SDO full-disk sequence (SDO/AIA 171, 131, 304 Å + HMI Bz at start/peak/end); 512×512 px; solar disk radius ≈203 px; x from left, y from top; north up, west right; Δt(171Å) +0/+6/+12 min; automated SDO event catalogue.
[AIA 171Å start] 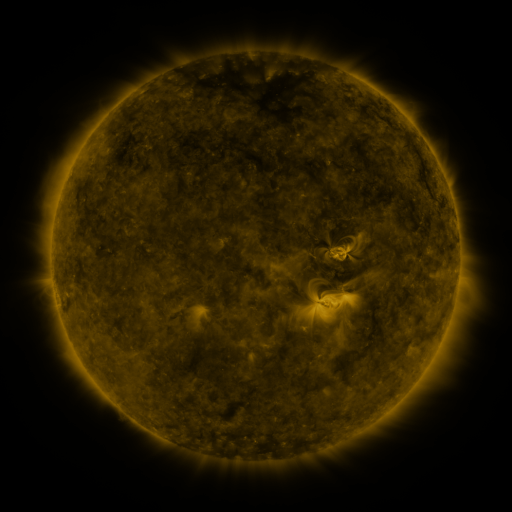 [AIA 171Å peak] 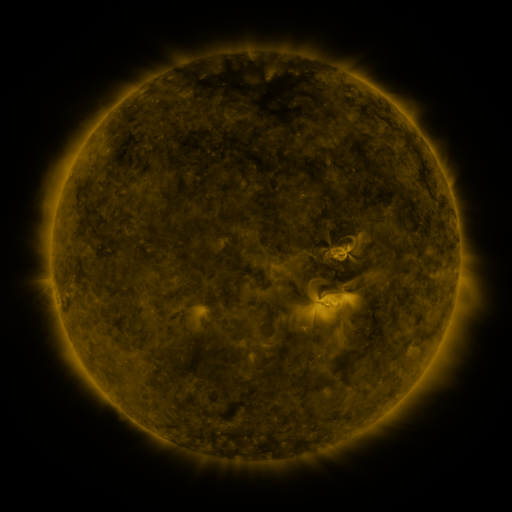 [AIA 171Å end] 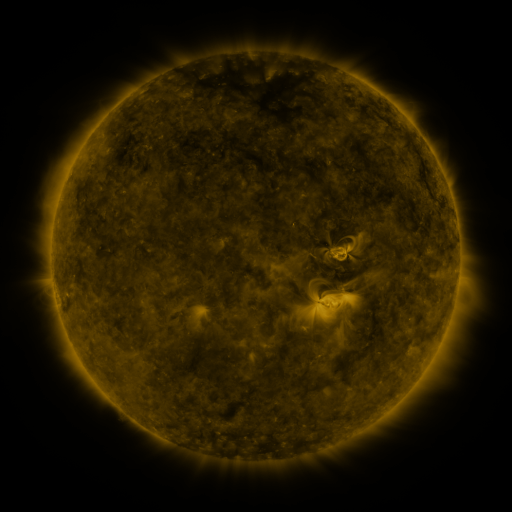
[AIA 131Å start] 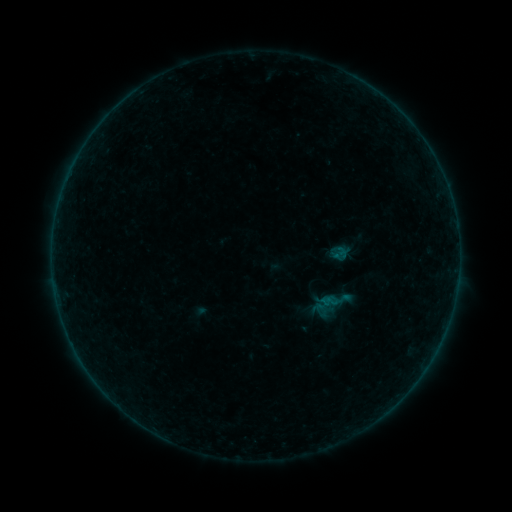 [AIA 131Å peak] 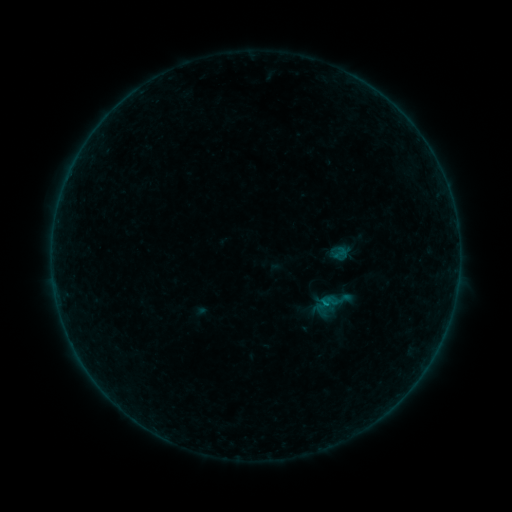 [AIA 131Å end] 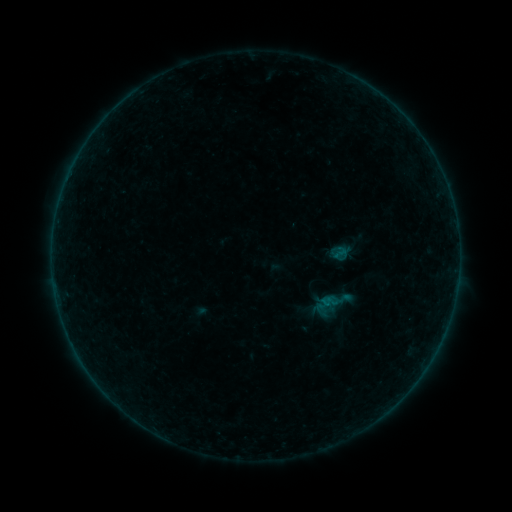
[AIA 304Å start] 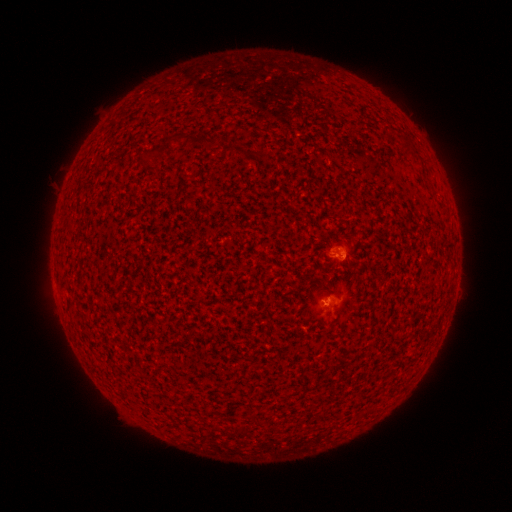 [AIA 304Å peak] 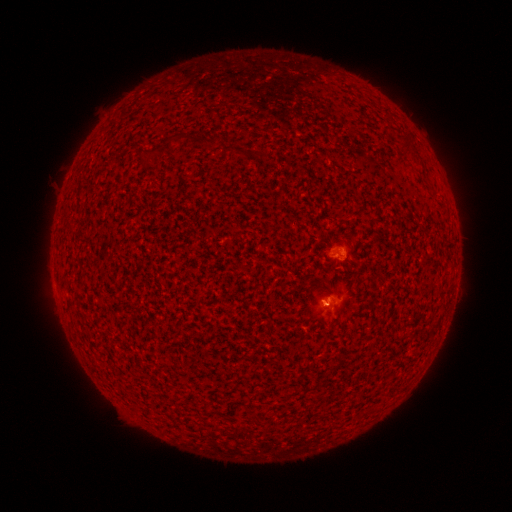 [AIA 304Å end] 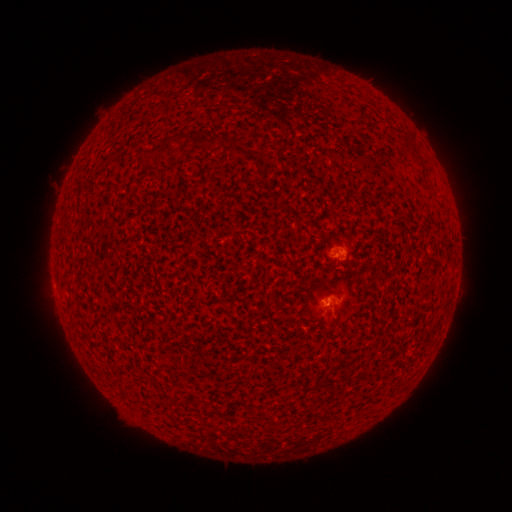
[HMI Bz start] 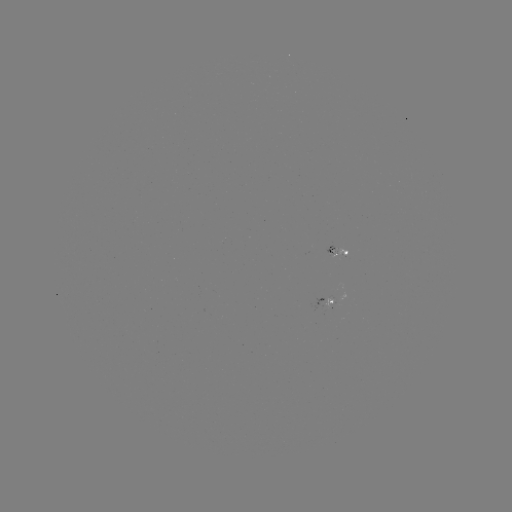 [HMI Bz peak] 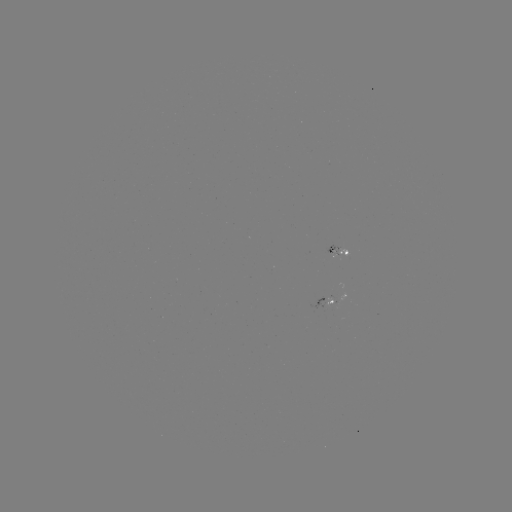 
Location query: B1.6 flare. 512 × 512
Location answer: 325,300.